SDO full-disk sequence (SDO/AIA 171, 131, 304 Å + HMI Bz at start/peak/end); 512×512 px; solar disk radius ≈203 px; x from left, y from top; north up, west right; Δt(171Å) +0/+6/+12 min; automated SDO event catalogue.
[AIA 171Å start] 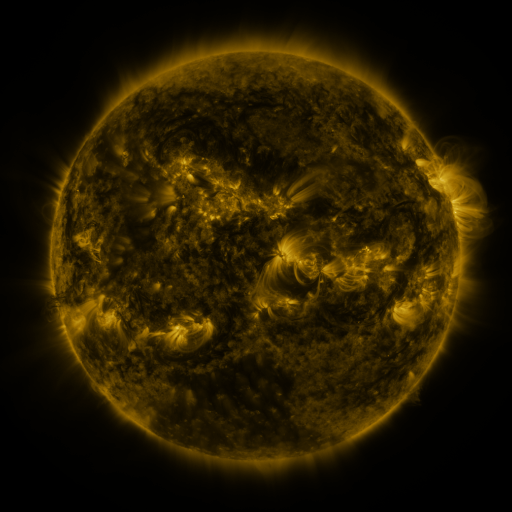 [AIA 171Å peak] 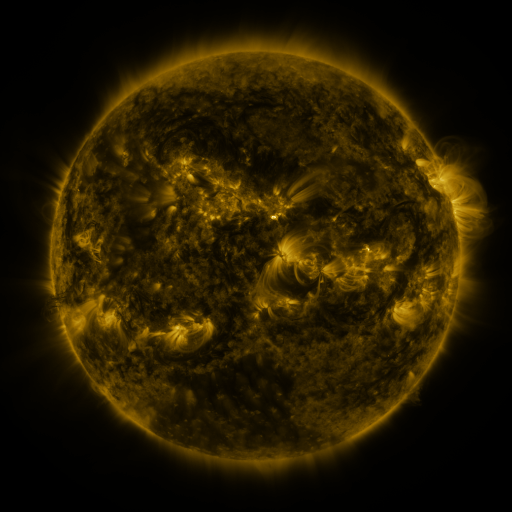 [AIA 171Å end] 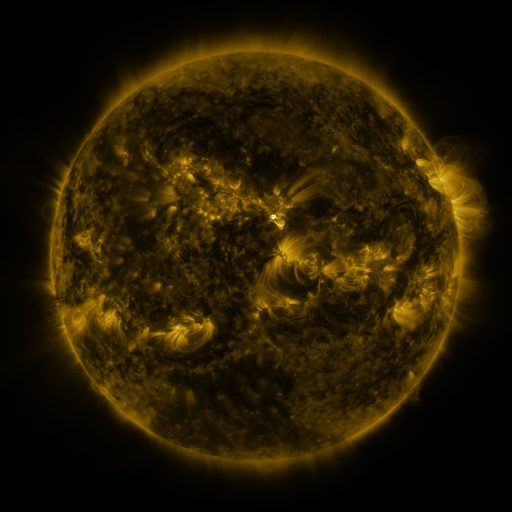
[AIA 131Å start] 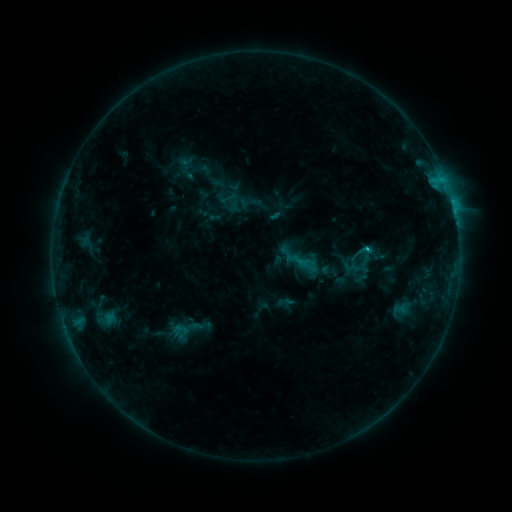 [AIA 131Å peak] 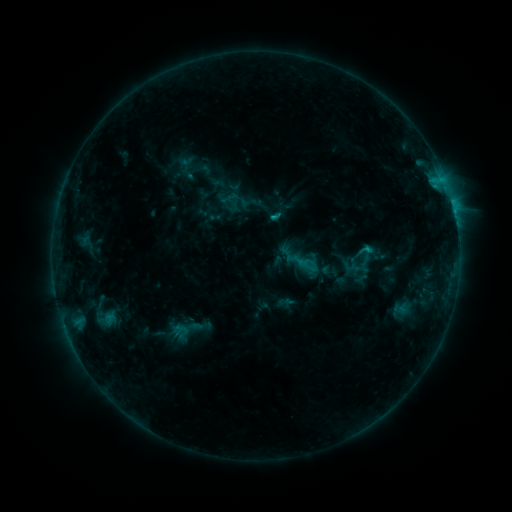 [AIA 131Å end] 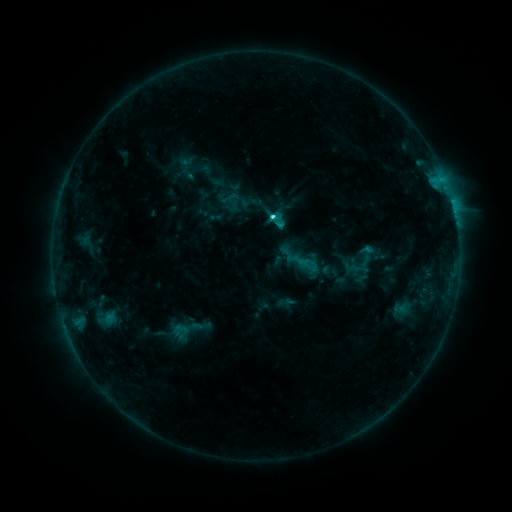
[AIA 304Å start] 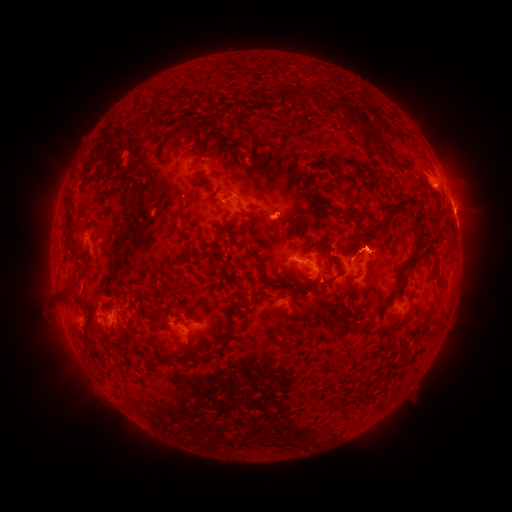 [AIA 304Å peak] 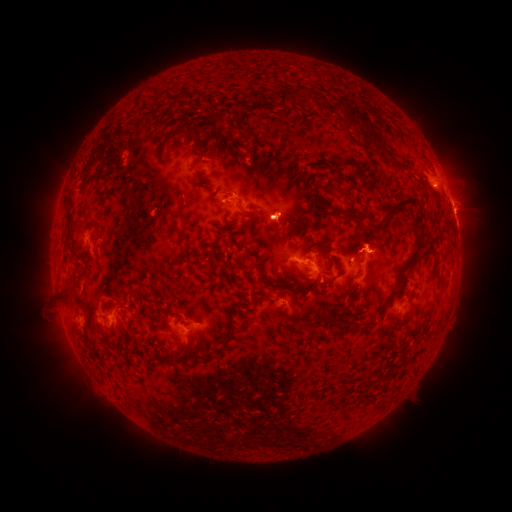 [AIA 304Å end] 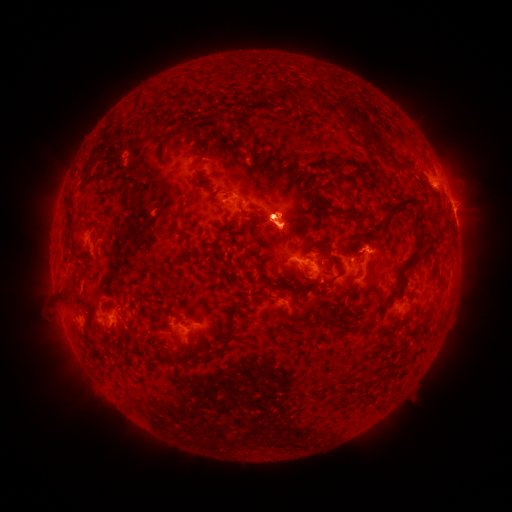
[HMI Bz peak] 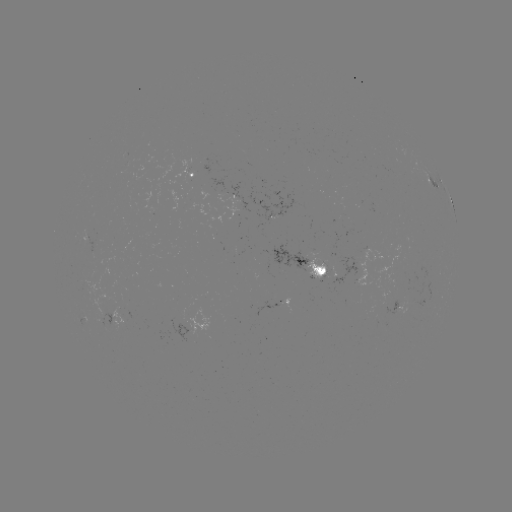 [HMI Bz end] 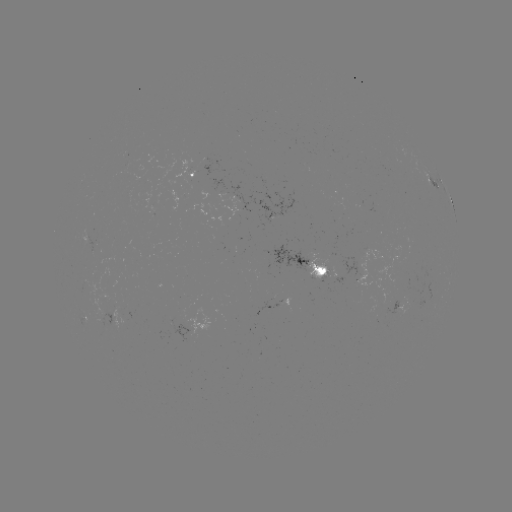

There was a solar eruption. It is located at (278, 221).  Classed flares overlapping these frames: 1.